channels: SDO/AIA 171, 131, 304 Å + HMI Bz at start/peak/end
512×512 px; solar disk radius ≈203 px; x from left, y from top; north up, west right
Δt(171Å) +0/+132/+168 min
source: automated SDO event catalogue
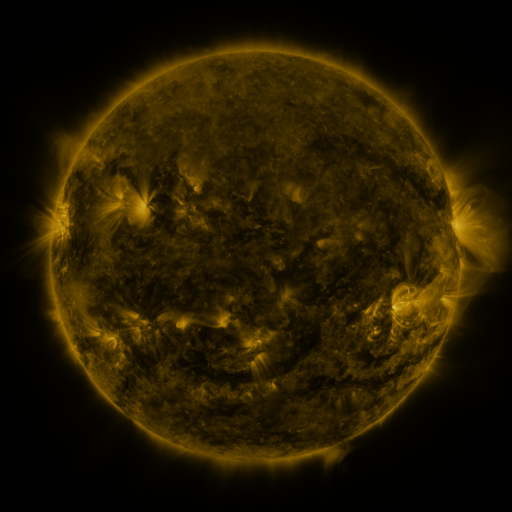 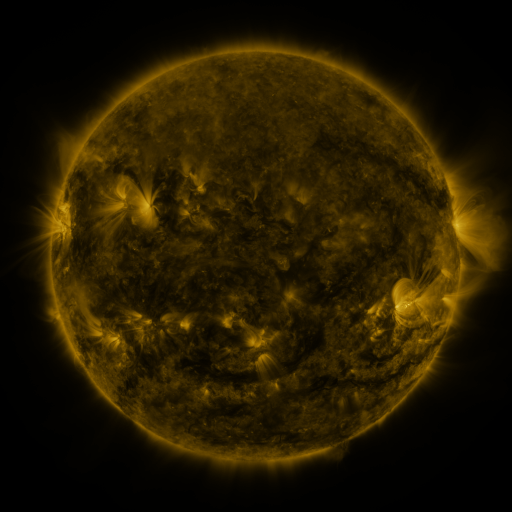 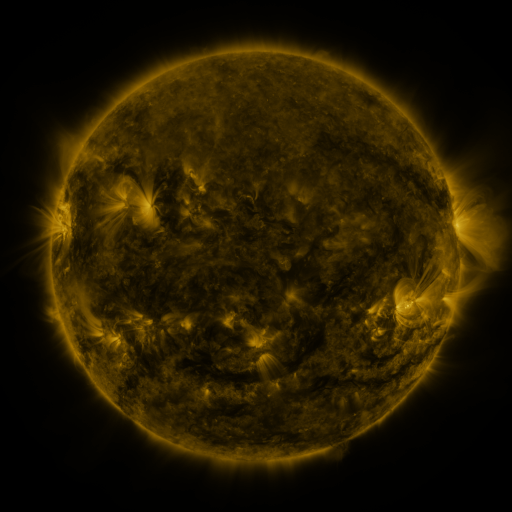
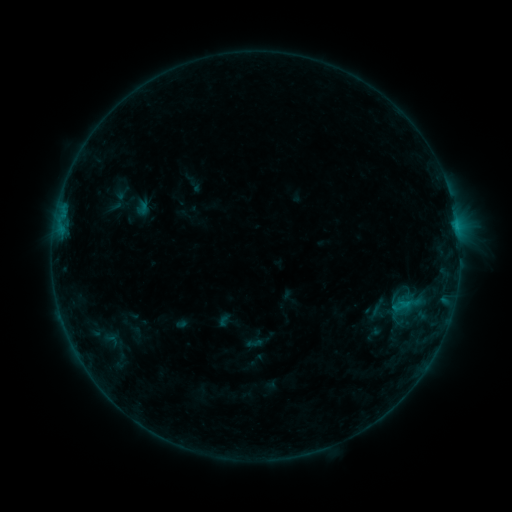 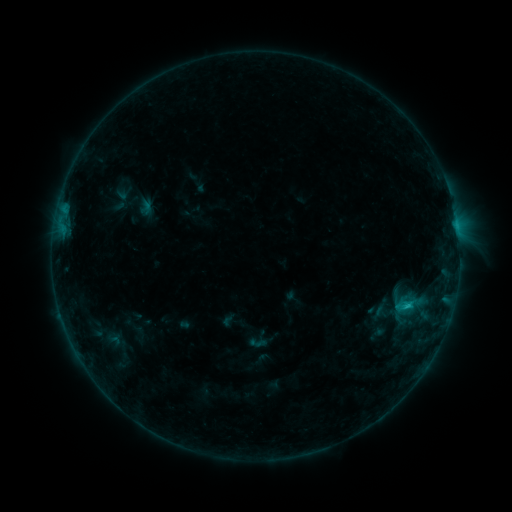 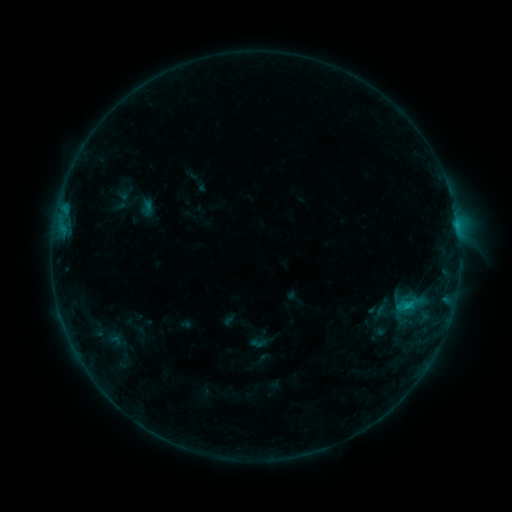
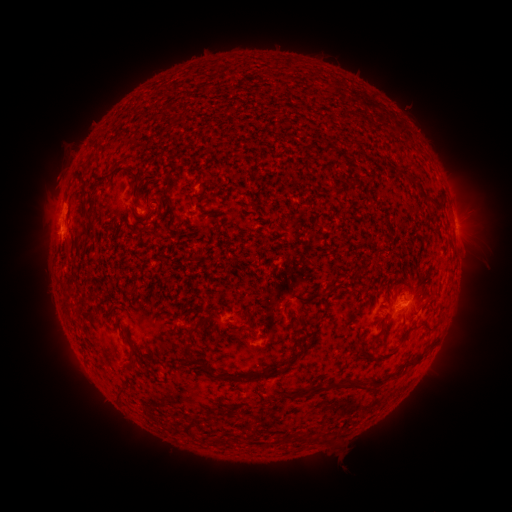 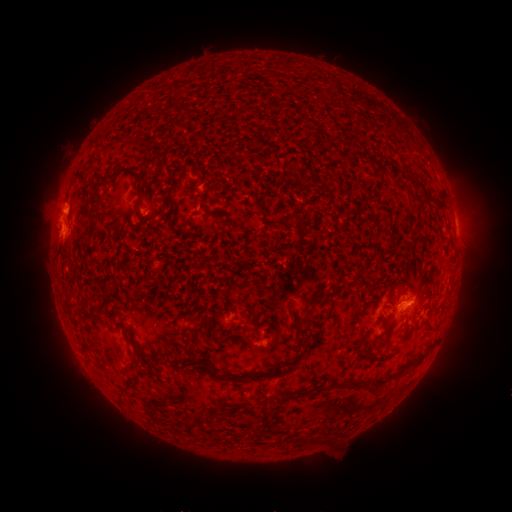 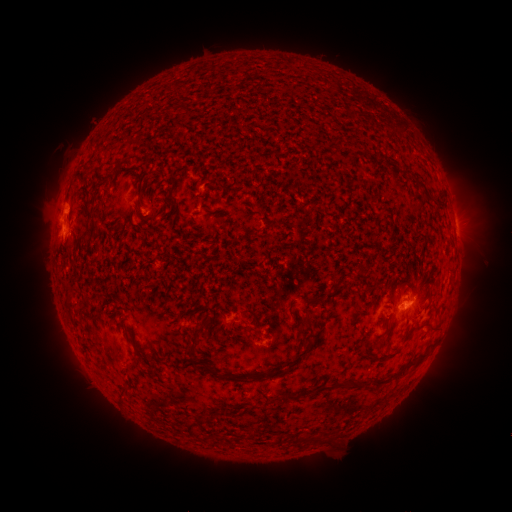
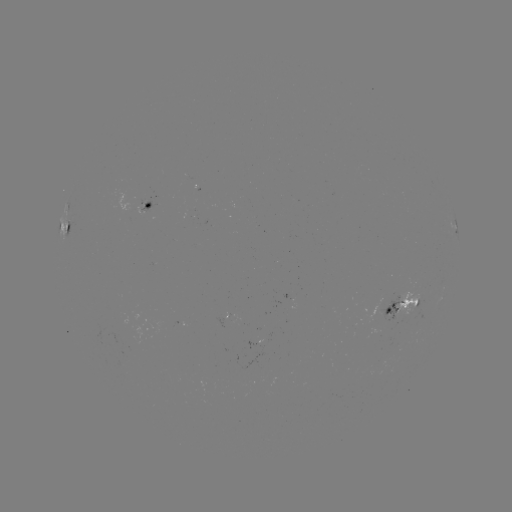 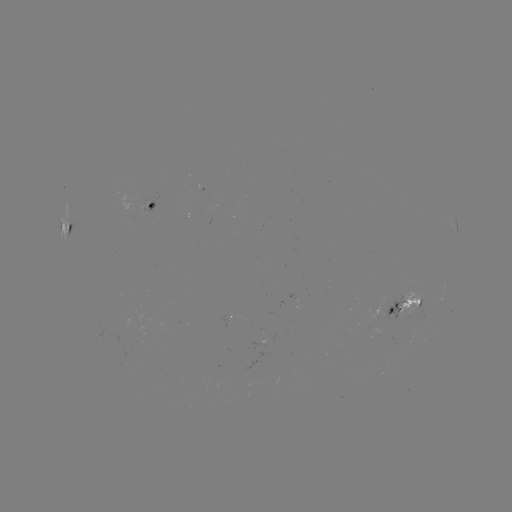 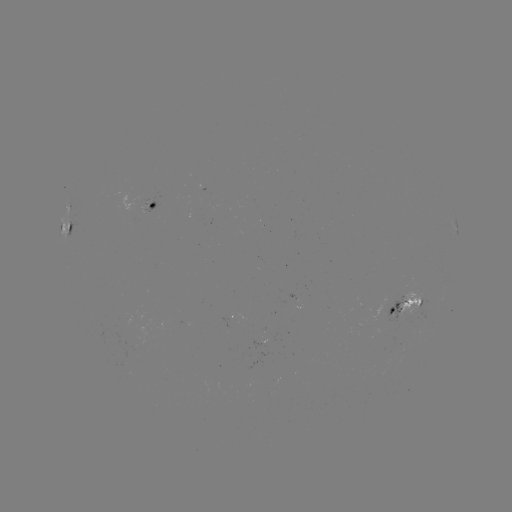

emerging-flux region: <bbox>399, 290, 421, 318</bbox>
